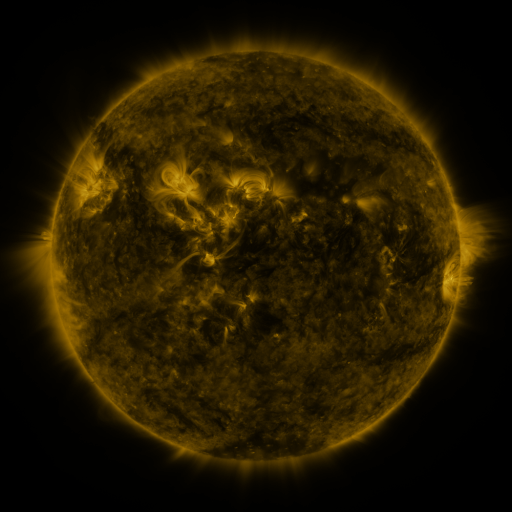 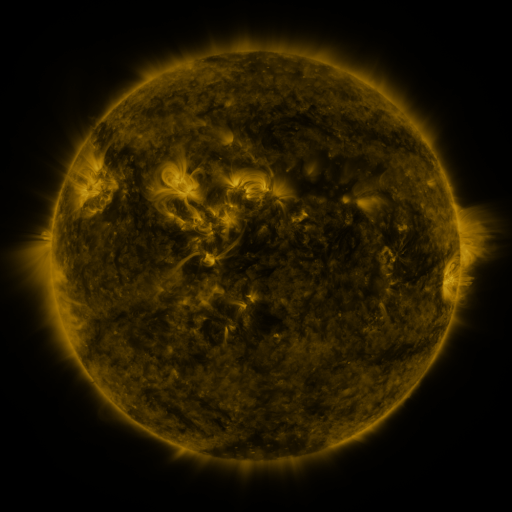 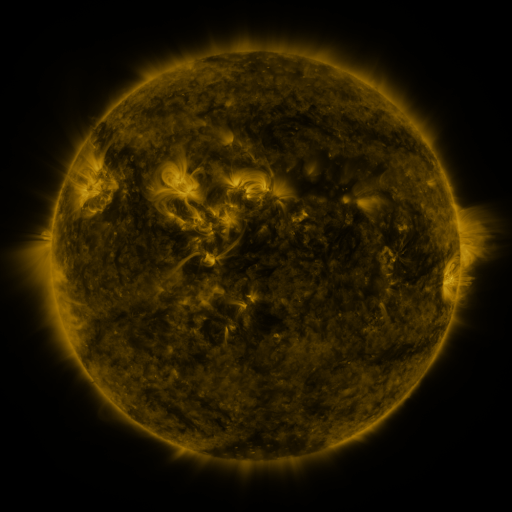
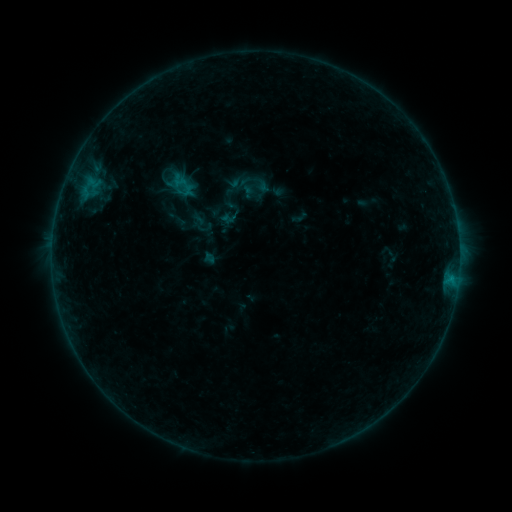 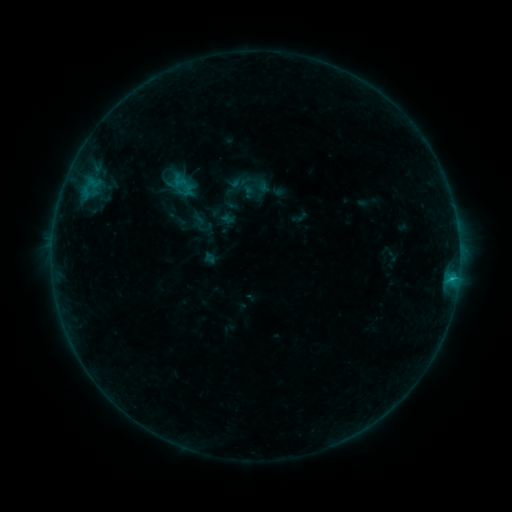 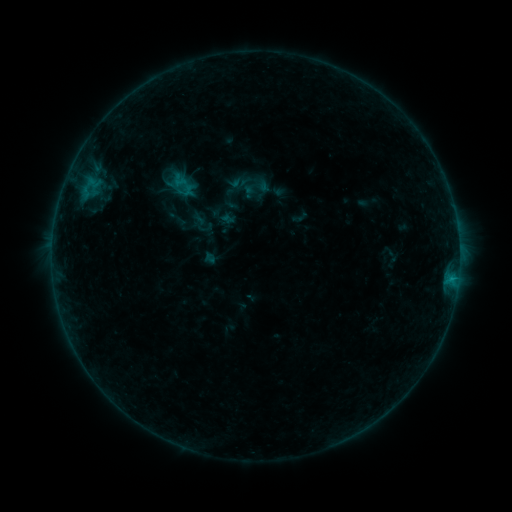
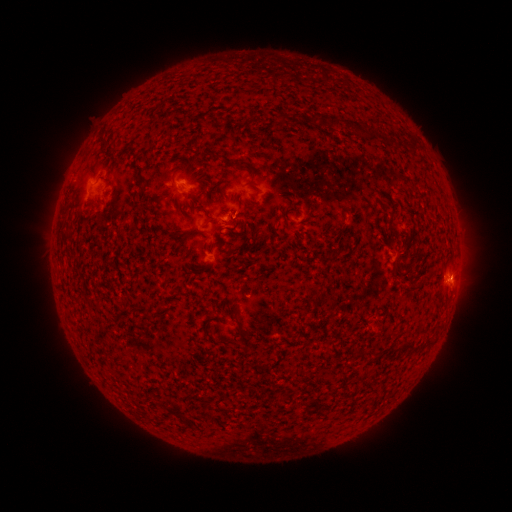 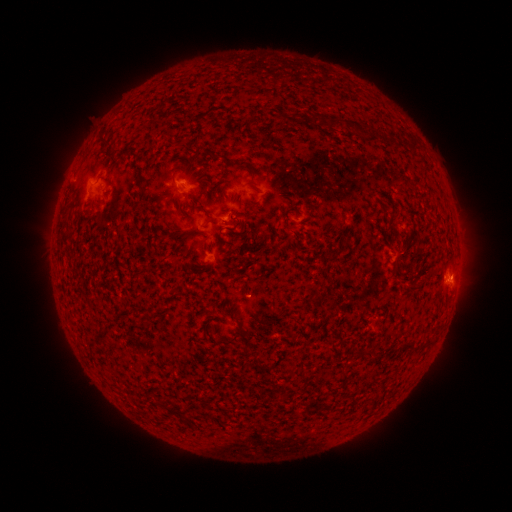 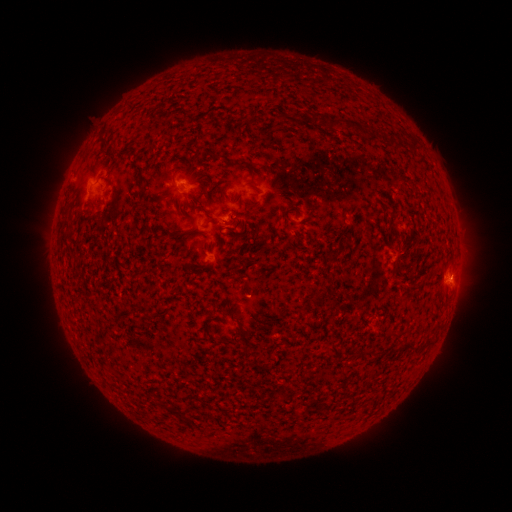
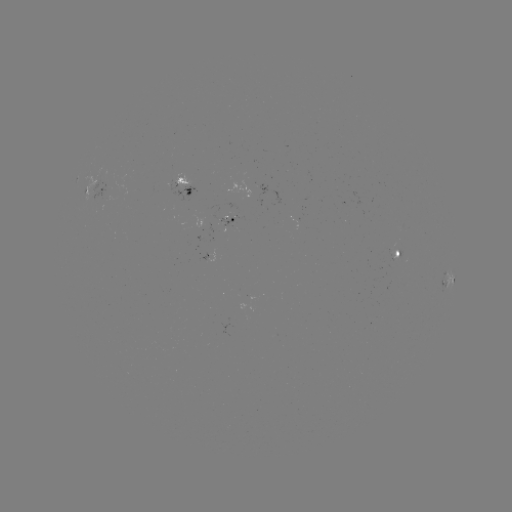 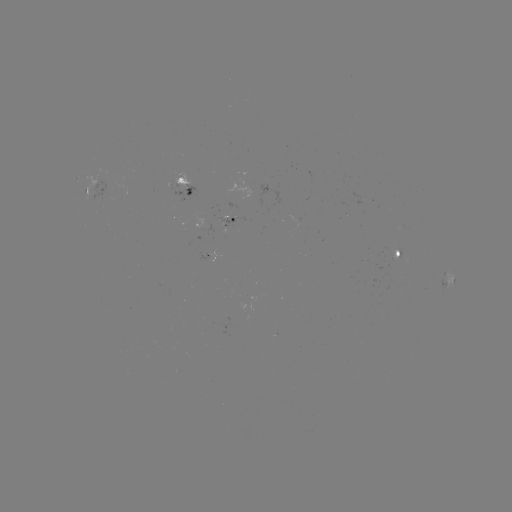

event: flare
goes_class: B5.3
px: (452, 277)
